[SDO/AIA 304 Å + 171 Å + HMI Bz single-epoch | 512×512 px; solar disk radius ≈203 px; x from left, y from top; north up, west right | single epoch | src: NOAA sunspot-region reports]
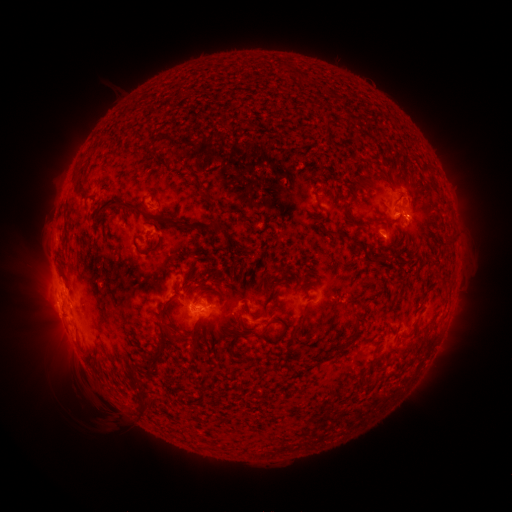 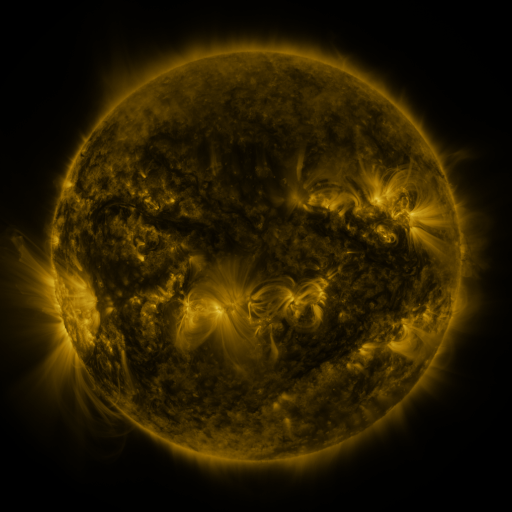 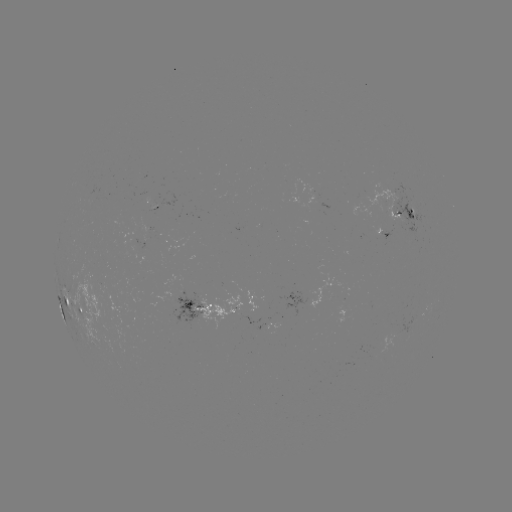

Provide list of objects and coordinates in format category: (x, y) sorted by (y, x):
spotted active region: (411, 213)
spotted active region: (385, 235)
spotted active region: (148, 247)
spotted active region: (248, 298)
spotted active region: (204, 308)
spotted active region: (82, 313)
